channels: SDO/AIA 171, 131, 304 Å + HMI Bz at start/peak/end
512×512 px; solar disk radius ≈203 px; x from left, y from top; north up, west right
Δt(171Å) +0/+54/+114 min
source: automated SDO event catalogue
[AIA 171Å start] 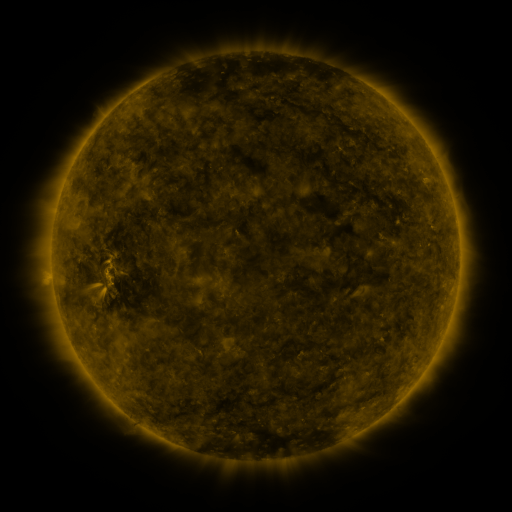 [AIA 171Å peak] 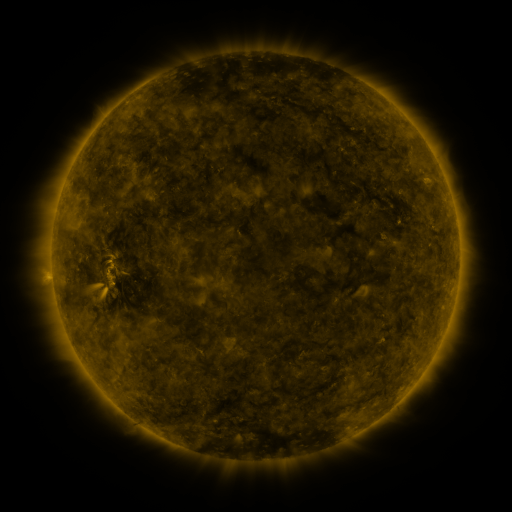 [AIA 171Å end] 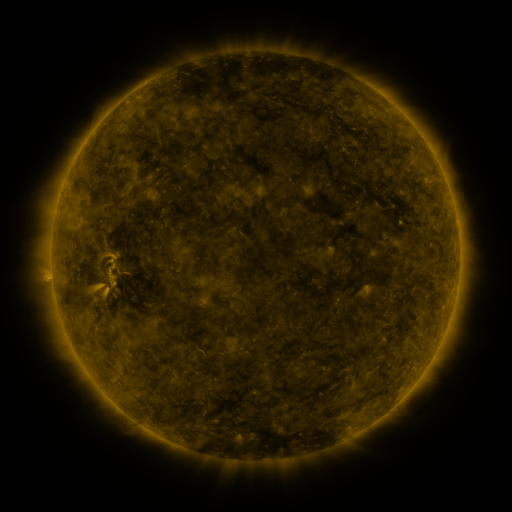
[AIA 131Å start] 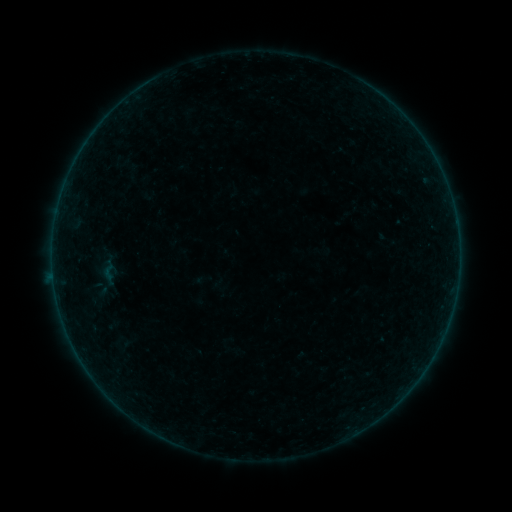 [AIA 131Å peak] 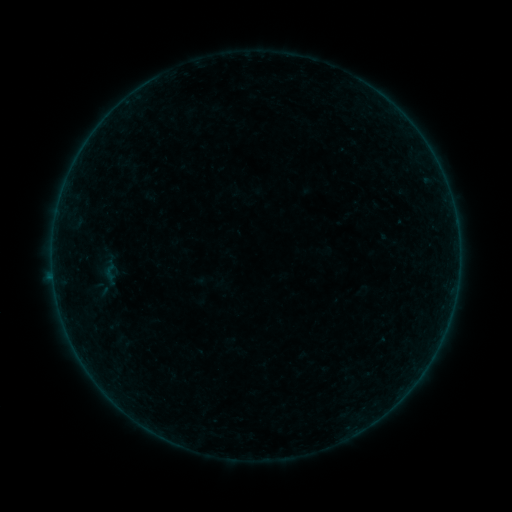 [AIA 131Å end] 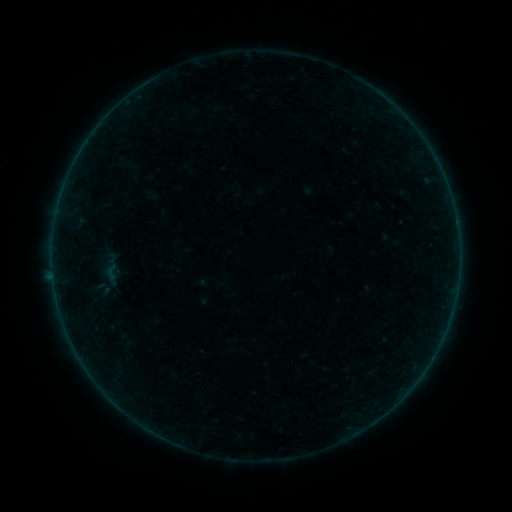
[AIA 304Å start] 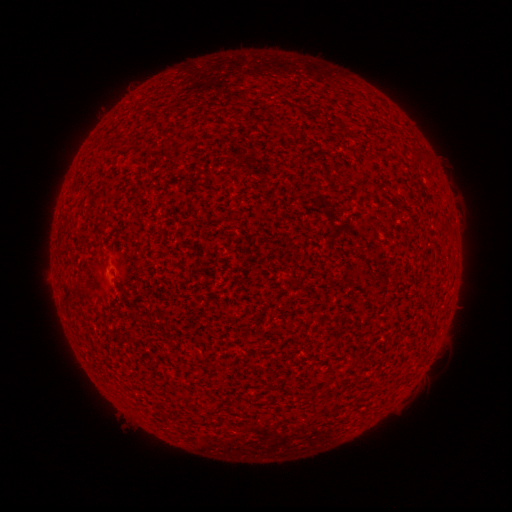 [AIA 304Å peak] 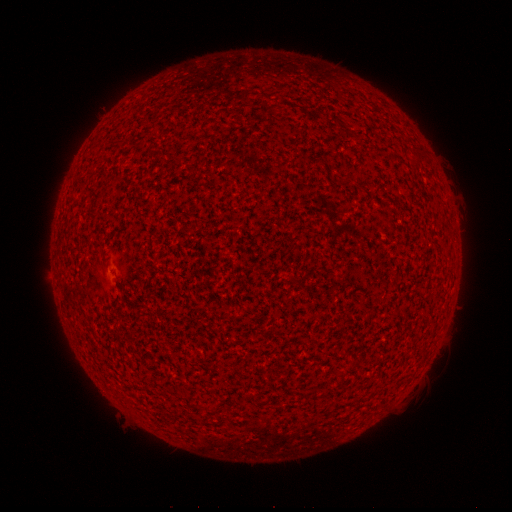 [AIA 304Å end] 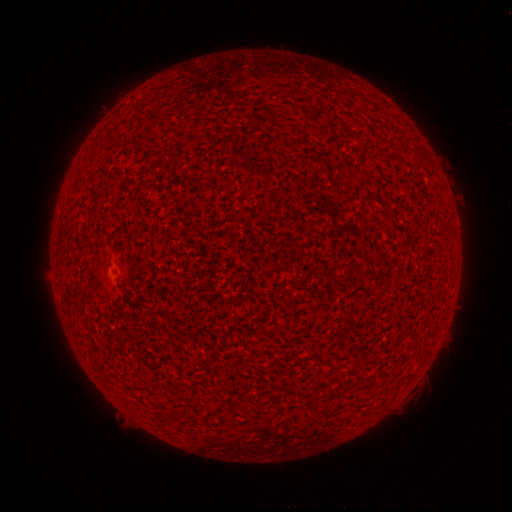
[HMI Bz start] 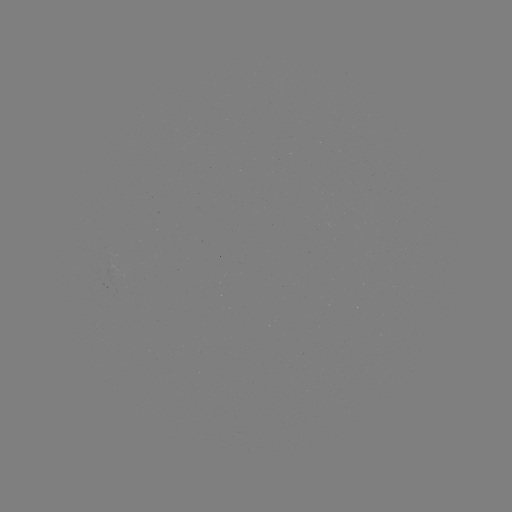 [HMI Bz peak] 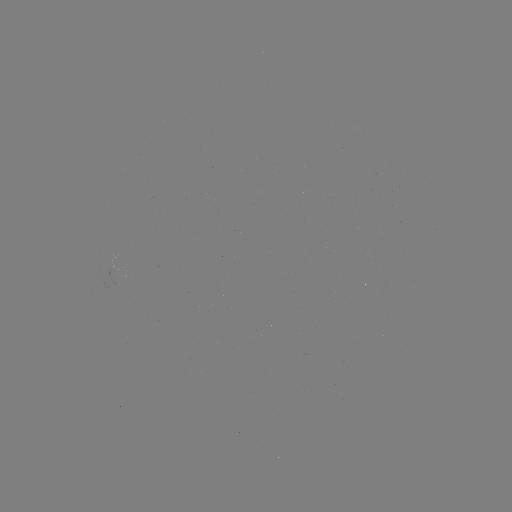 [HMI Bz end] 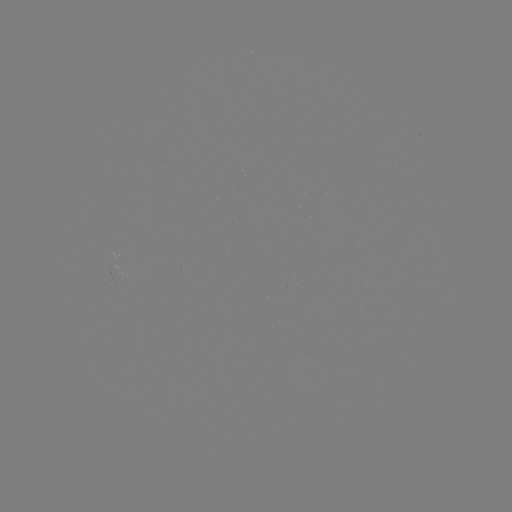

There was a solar flare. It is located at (53, 273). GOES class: A2.0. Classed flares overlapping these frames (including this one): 1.